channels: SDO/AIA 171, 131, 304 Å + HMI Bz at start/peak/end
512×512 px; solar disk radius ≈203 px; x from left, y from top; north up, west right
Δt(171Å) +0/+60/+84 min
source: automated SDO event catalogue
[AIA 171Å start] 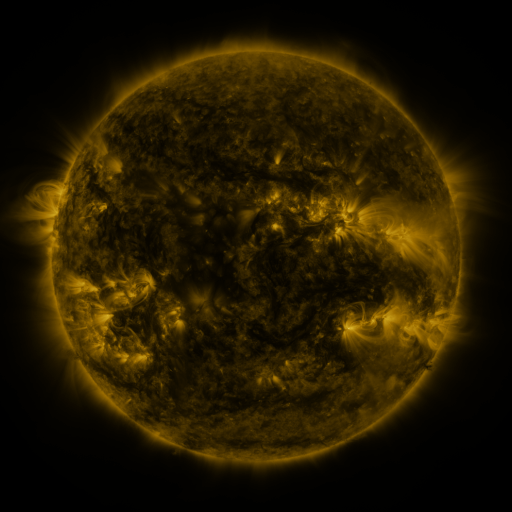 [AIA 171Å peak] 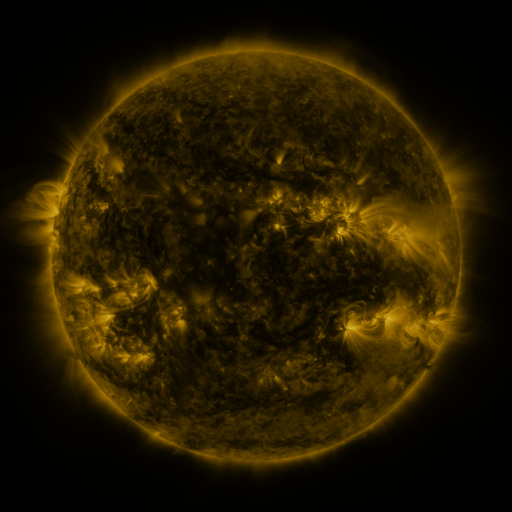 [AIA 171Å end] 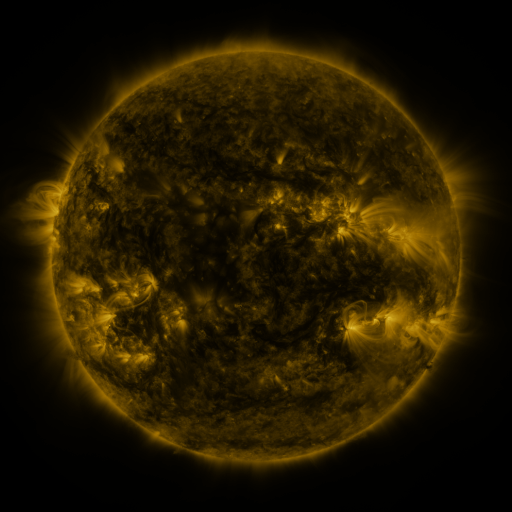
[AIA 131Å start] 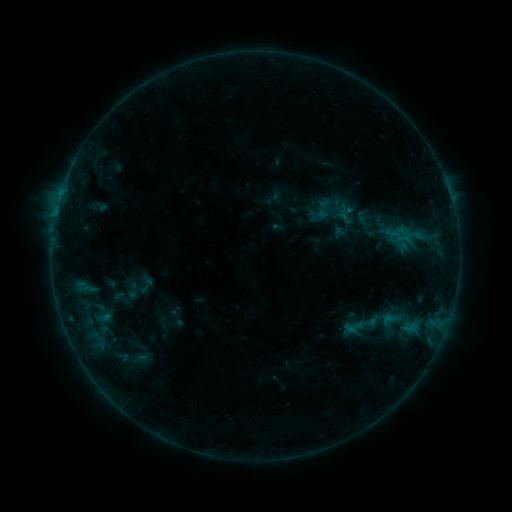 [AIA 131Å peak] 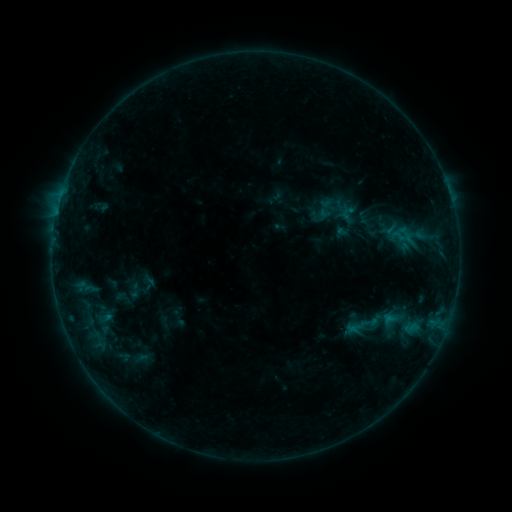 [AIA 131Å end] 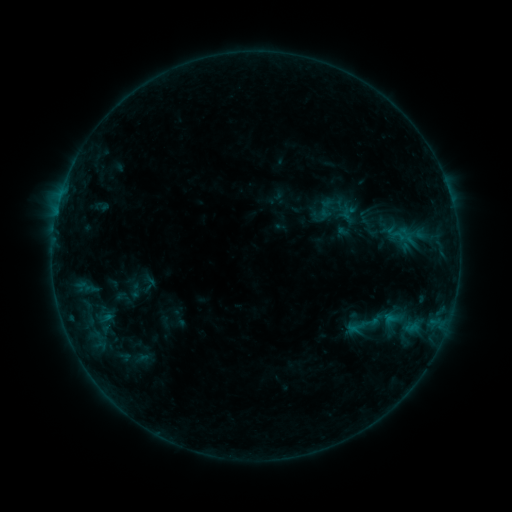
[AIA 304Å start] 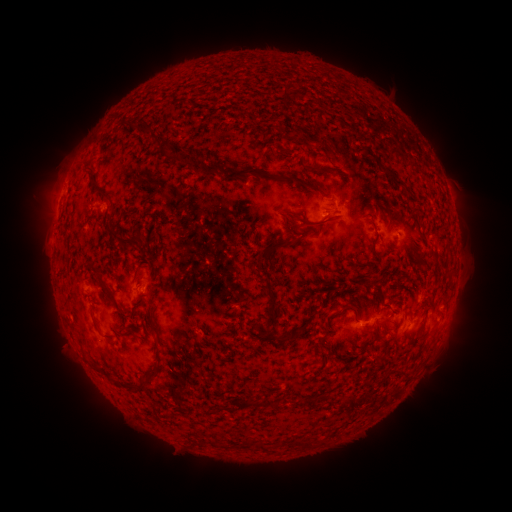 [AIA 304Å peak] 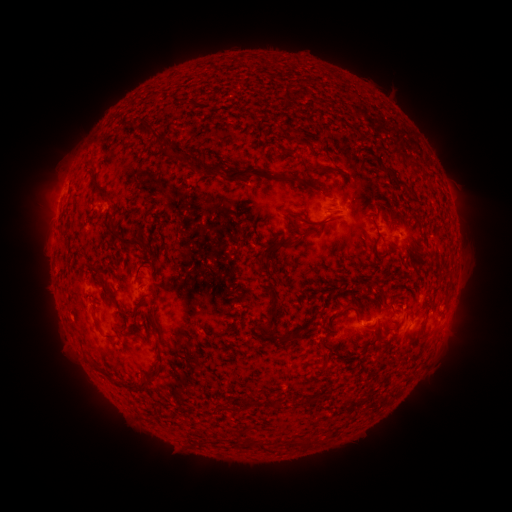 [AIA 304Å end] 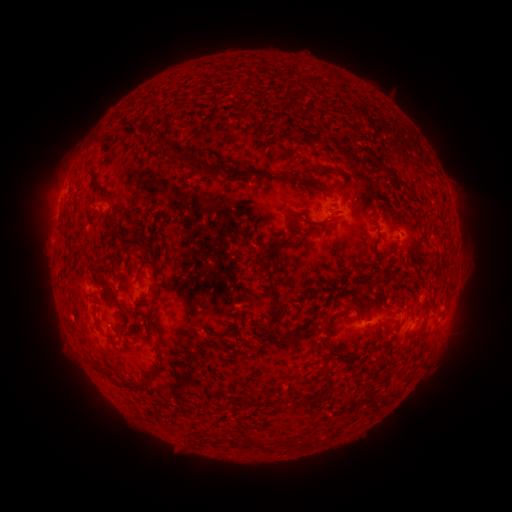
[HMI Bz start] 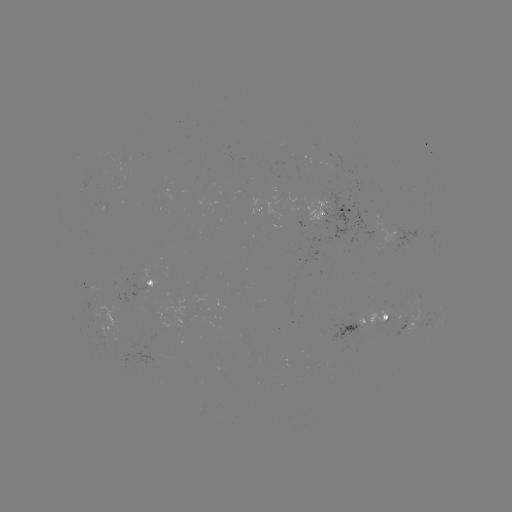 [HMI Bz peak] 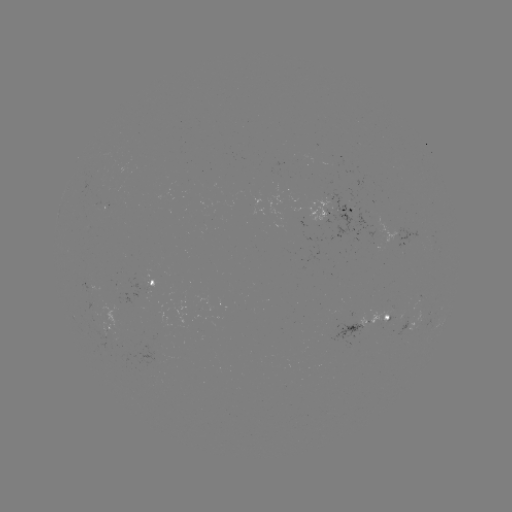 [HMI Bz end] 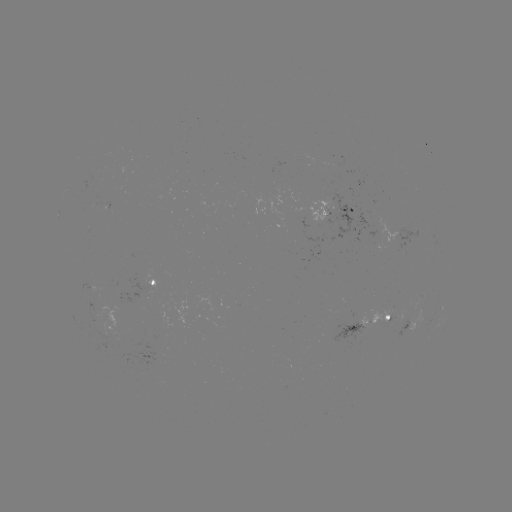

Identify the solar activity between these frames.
emerging-flux region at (146, 293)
